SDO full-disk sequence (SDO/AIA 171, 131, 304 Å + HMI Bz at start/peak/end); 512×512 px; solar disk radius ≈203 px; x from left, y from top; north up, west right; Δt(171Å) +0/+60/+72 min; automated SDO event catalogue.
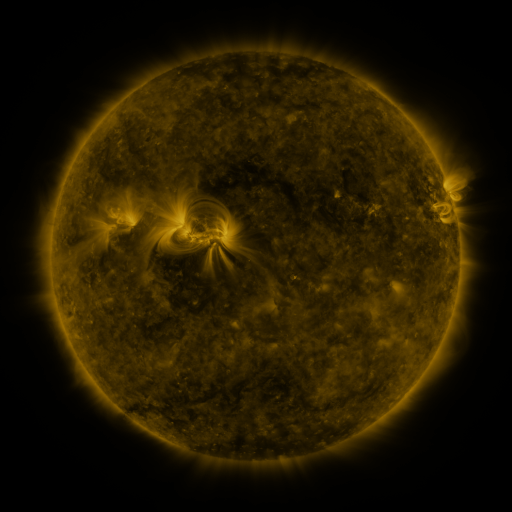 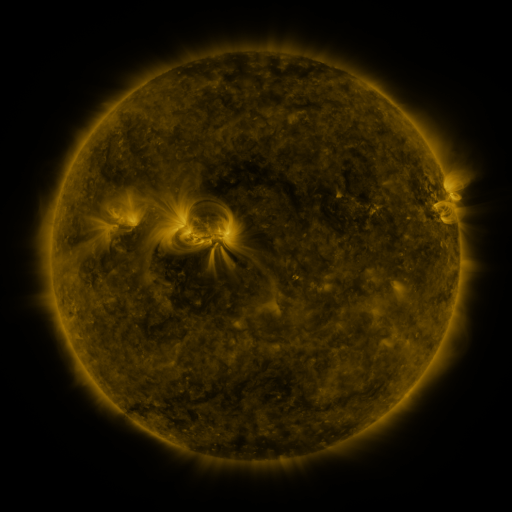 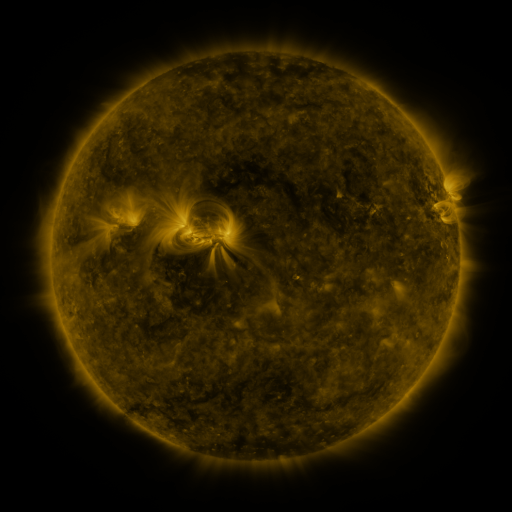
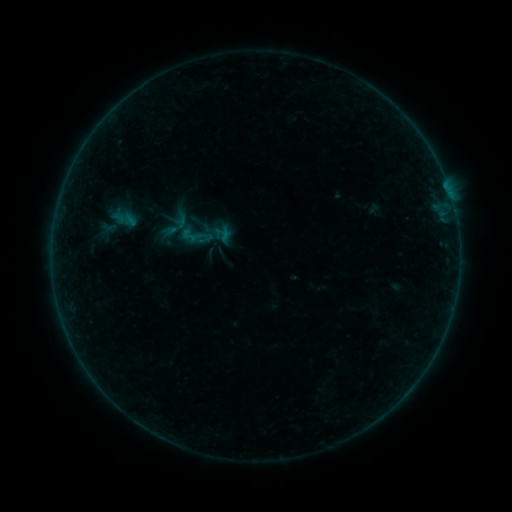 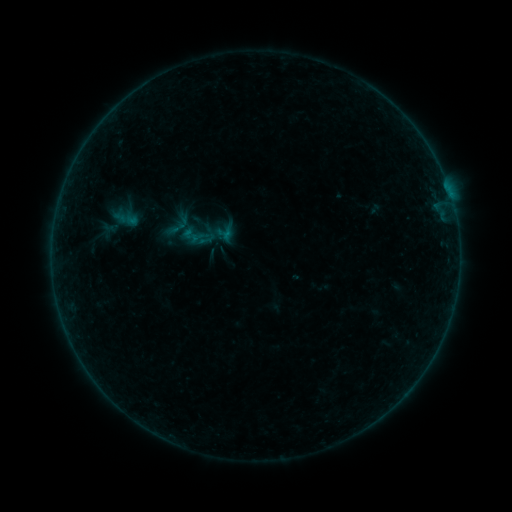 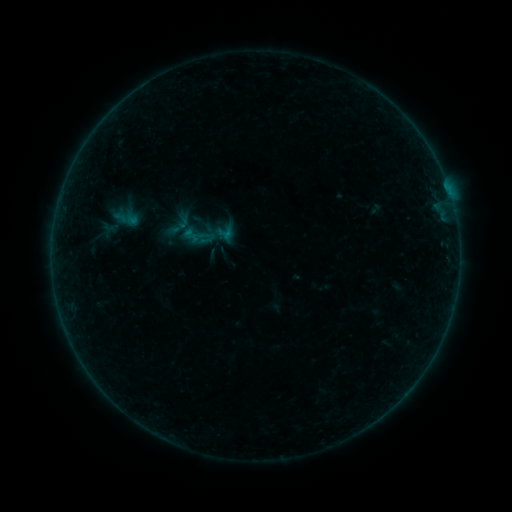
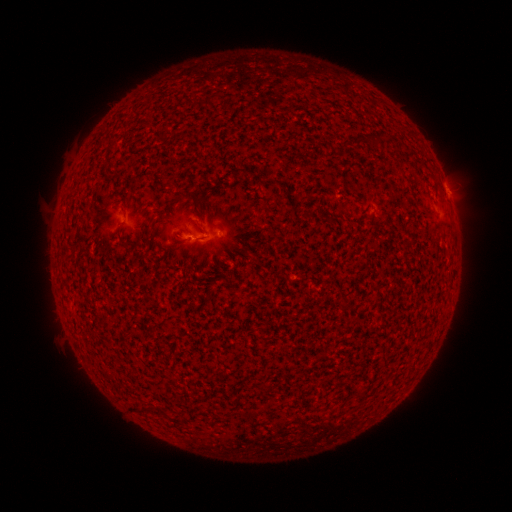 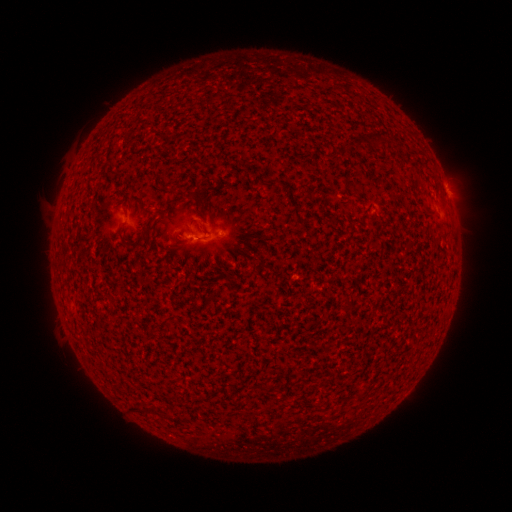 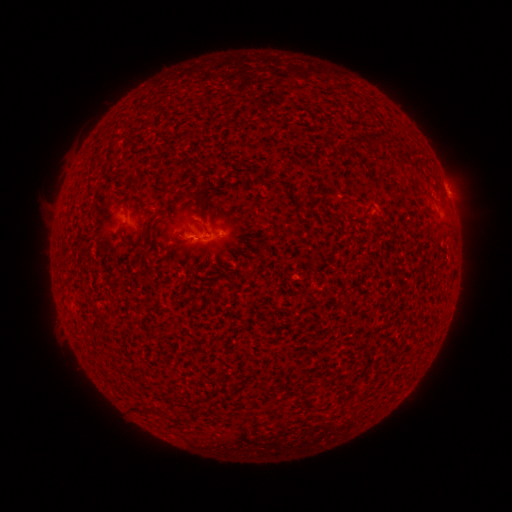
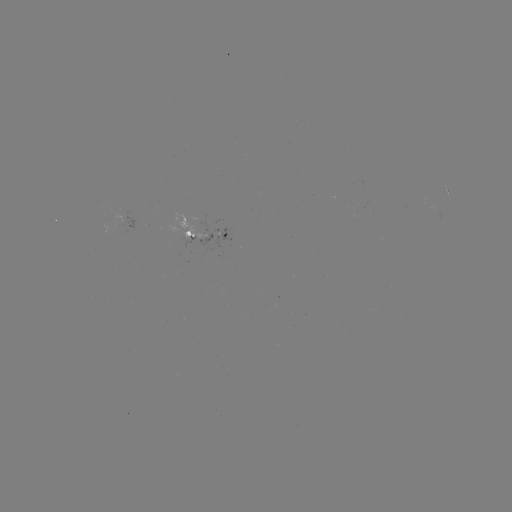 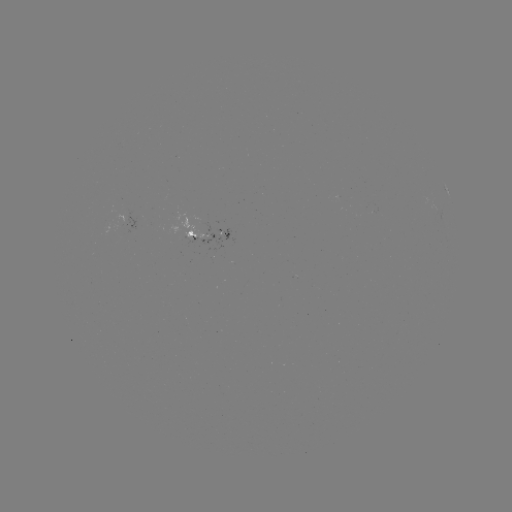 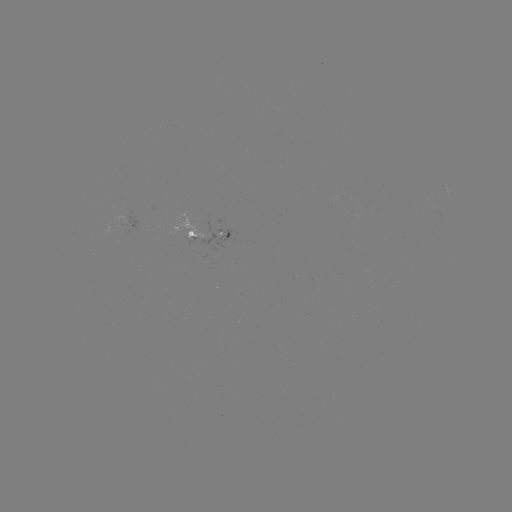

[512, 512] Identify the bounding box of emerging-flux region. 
[112, 210, 136, 231].